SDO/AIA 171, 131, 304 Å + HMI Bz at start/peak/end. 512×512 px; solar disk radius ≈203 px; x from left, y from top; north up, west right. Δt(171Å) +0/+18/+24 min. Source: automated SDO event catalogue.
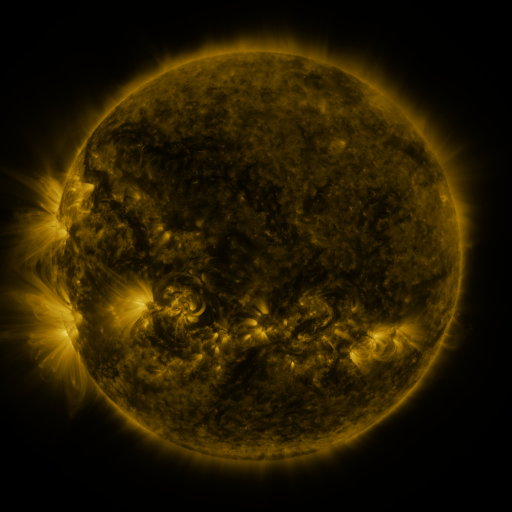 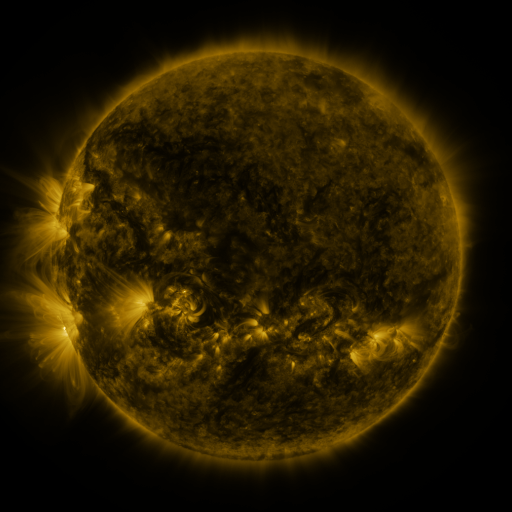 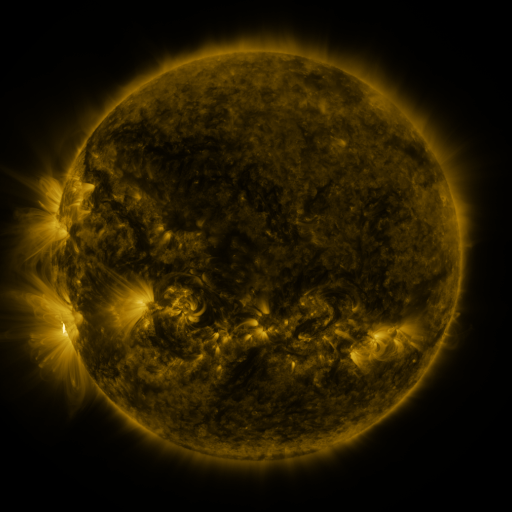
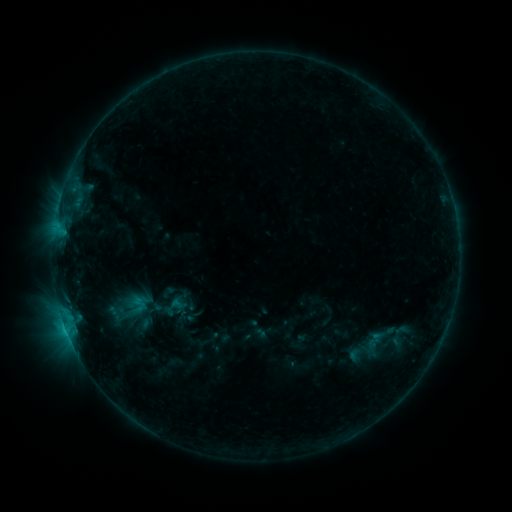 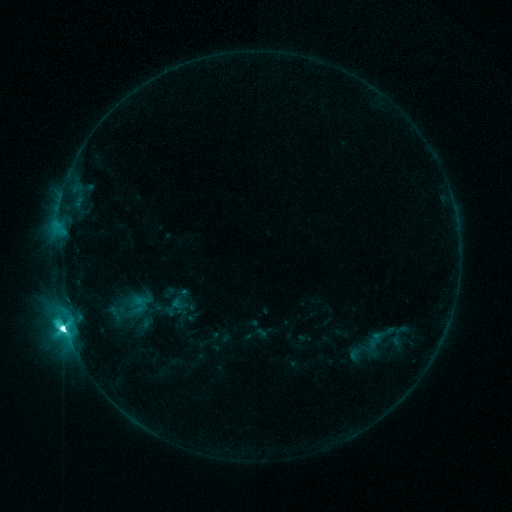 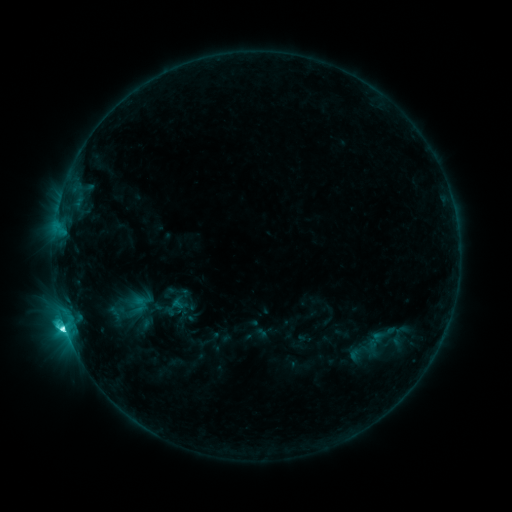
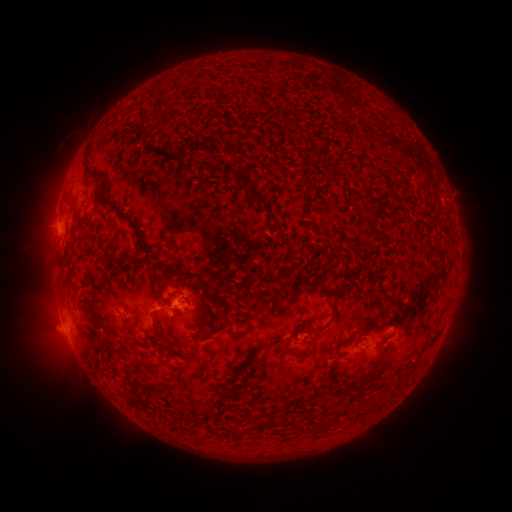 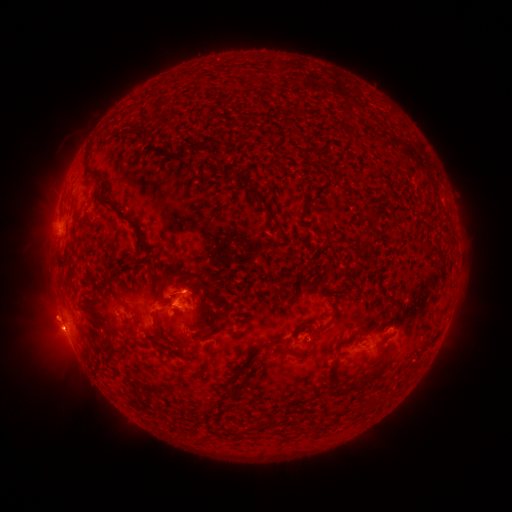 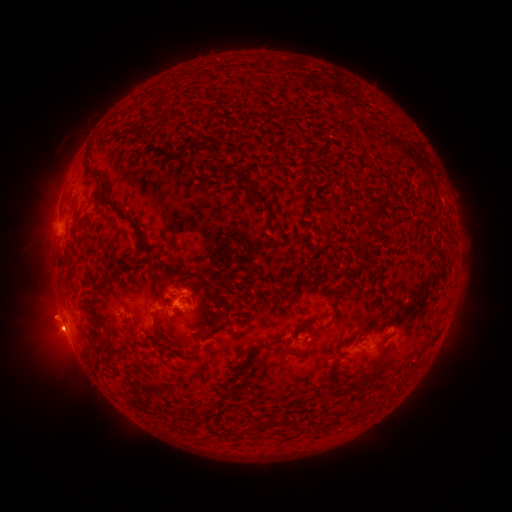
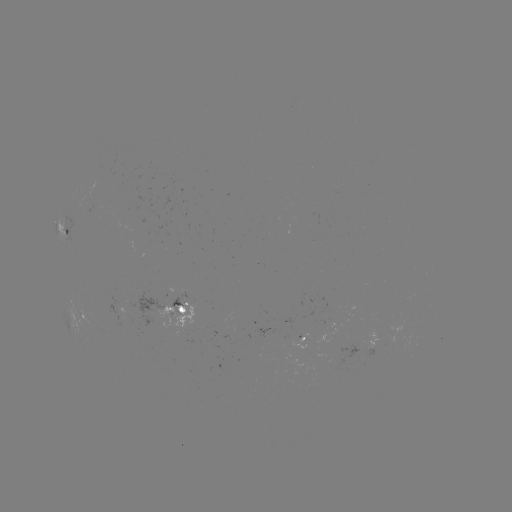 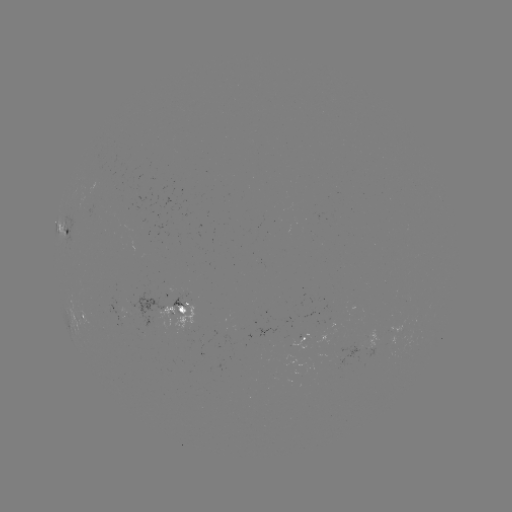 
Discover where M1.1 flare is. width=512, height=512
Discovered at [66, 322].